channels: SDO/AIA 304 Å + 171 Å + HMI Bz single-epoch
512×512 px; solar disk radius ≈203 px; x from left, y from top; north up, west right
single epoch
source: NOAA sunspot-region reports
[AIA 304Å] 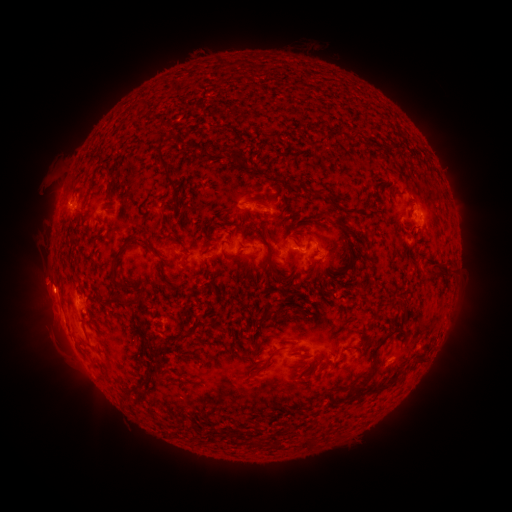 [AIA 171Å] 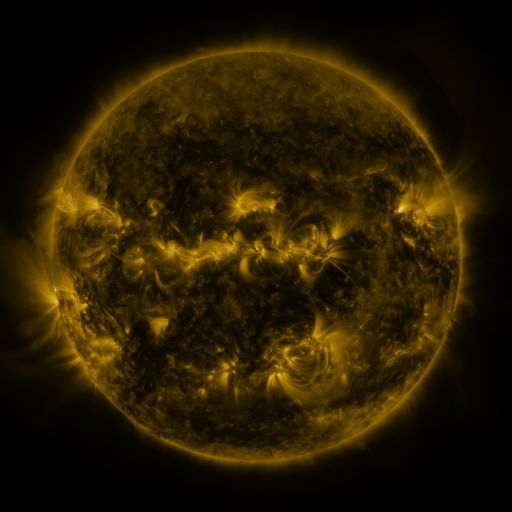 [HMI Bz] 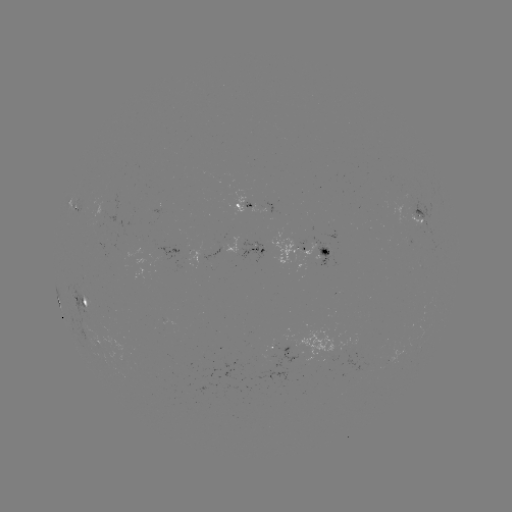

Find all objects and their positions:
spotted active region: (246, 202)
spotted active region: (76, 206)
spotted active region: (269, 206)
spotted active region: (419, 216)
spotted active region: (245, 248)
spotted active region: (311, 251)
spotted active region: (85, 300)
spotted active region: (285, 351)
